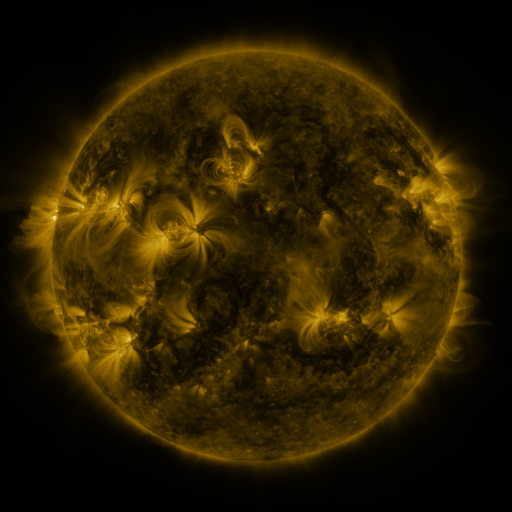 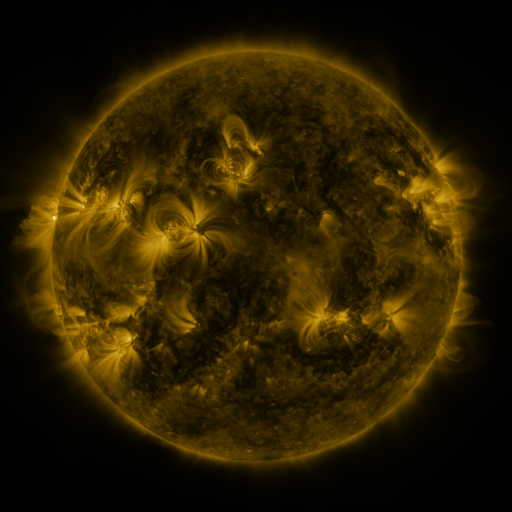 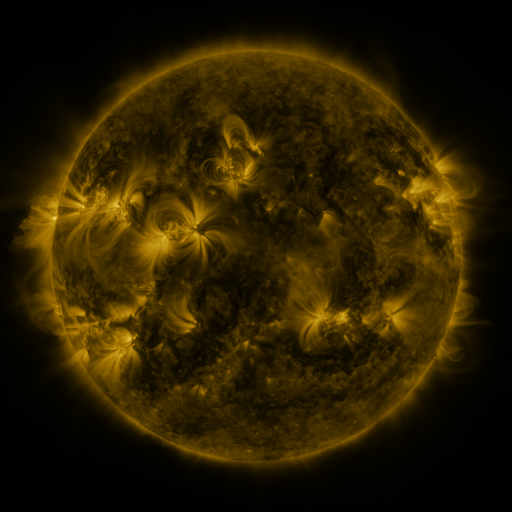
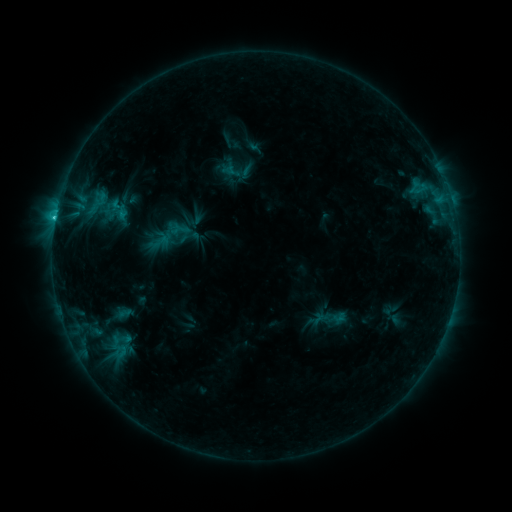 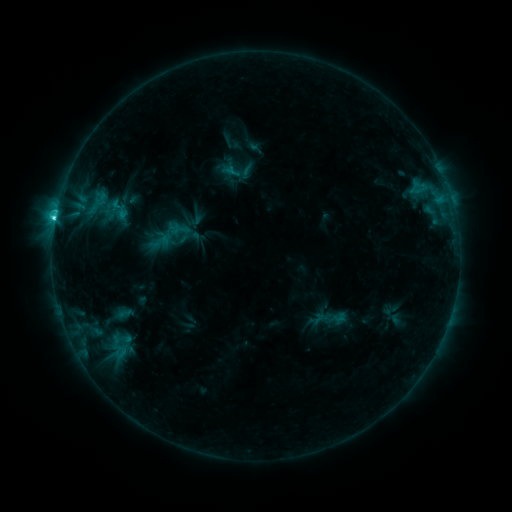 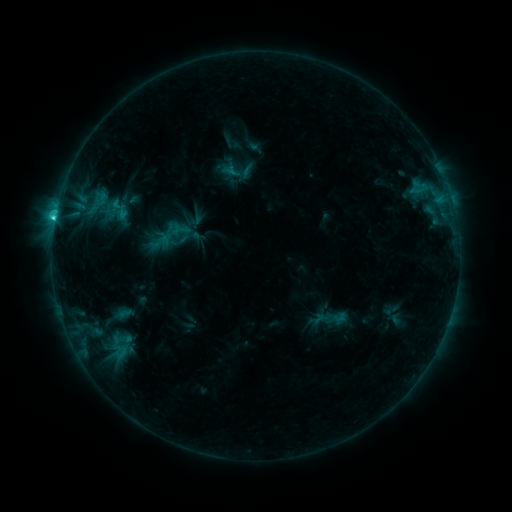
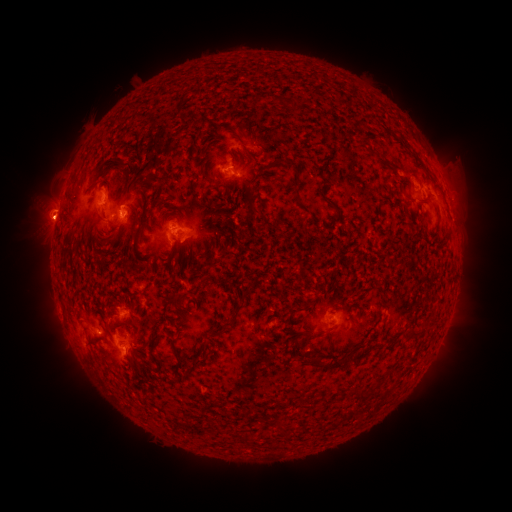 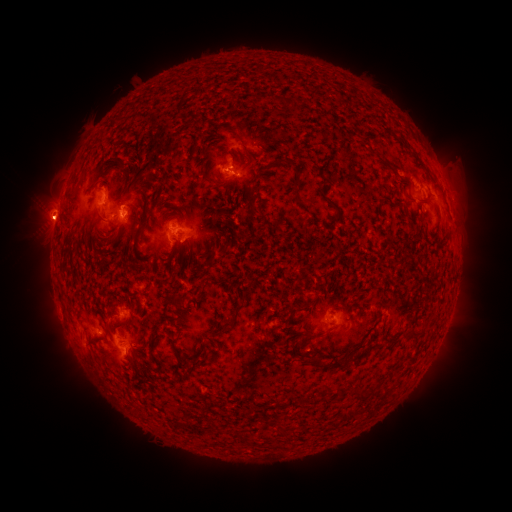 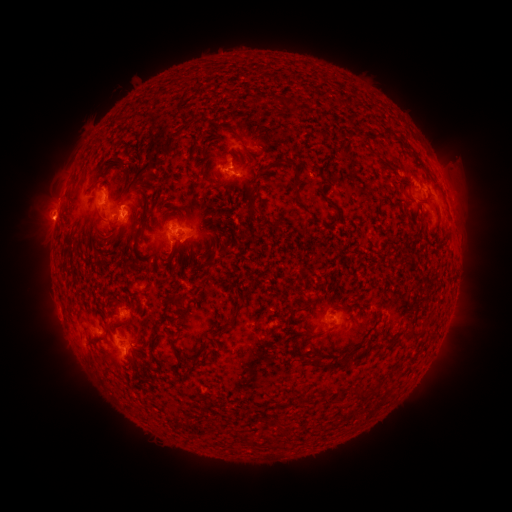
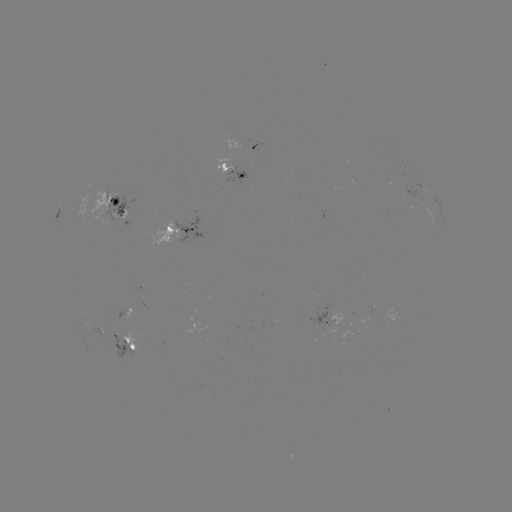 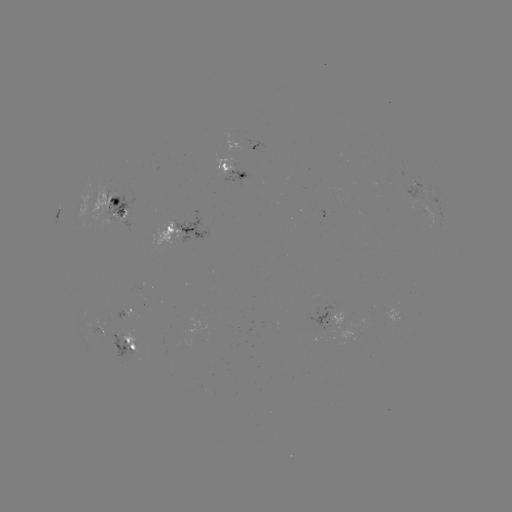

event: flare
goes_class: C4.0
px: (55, 220)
